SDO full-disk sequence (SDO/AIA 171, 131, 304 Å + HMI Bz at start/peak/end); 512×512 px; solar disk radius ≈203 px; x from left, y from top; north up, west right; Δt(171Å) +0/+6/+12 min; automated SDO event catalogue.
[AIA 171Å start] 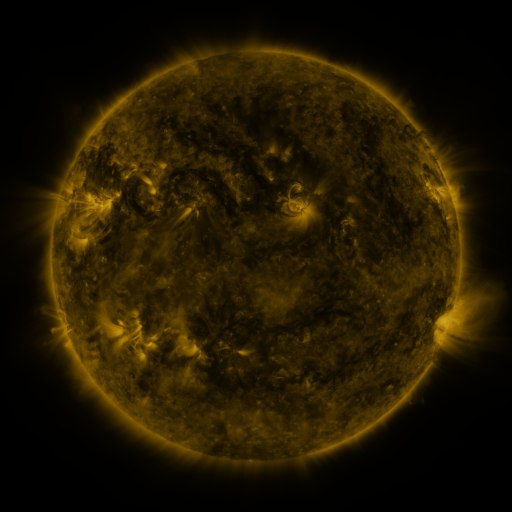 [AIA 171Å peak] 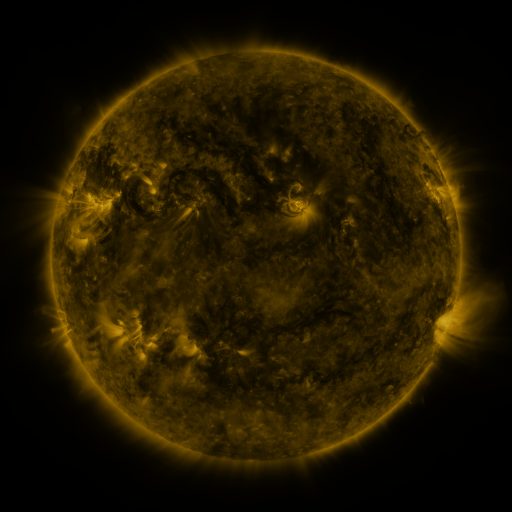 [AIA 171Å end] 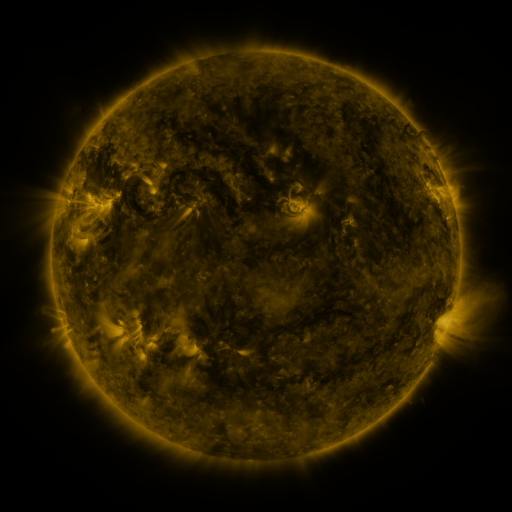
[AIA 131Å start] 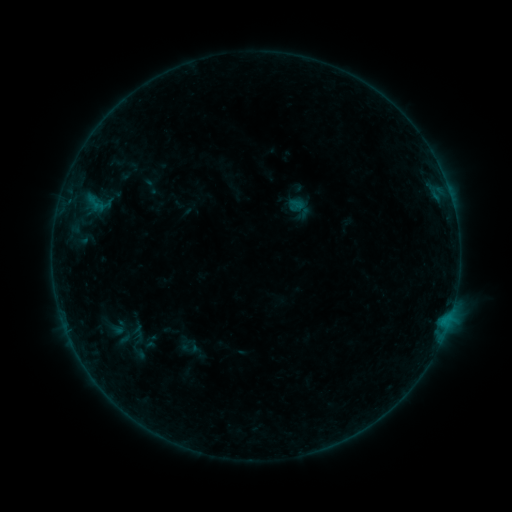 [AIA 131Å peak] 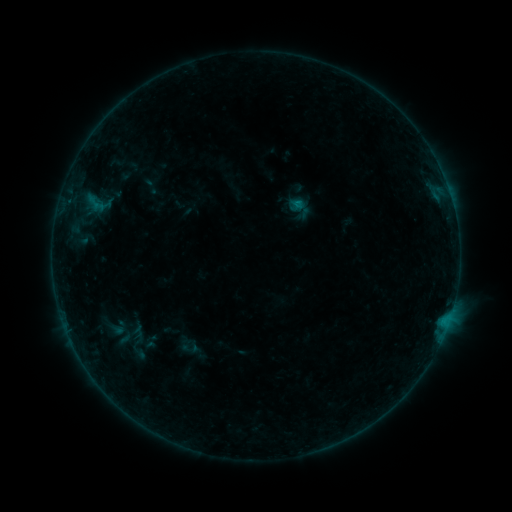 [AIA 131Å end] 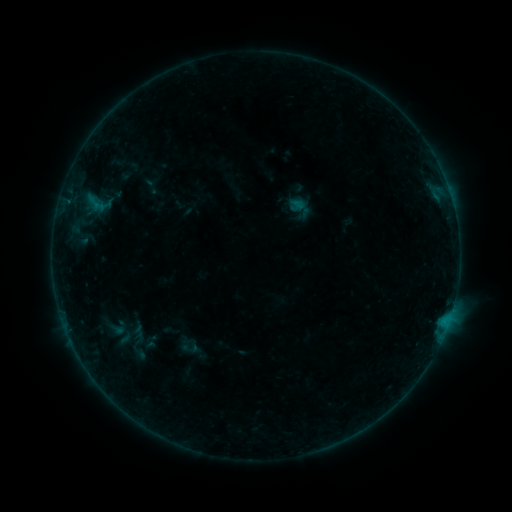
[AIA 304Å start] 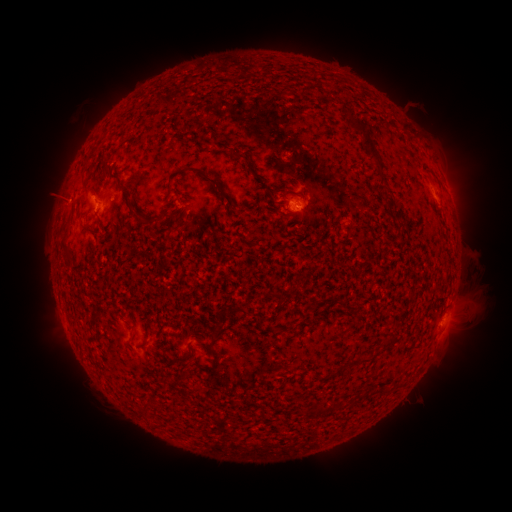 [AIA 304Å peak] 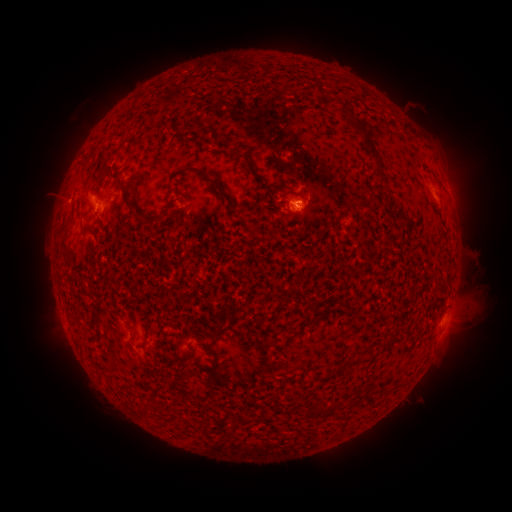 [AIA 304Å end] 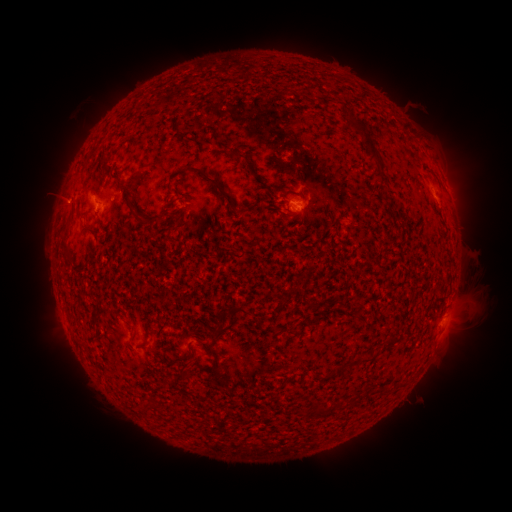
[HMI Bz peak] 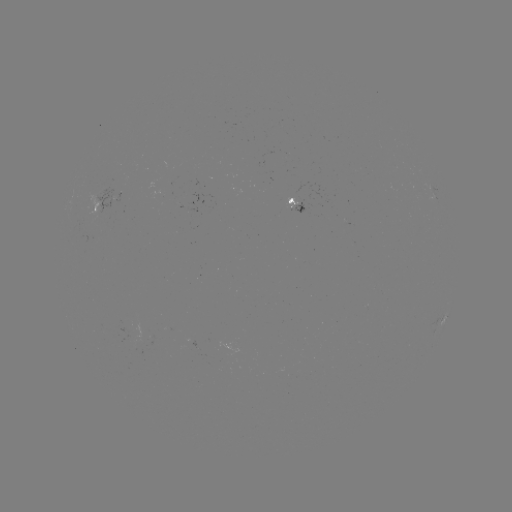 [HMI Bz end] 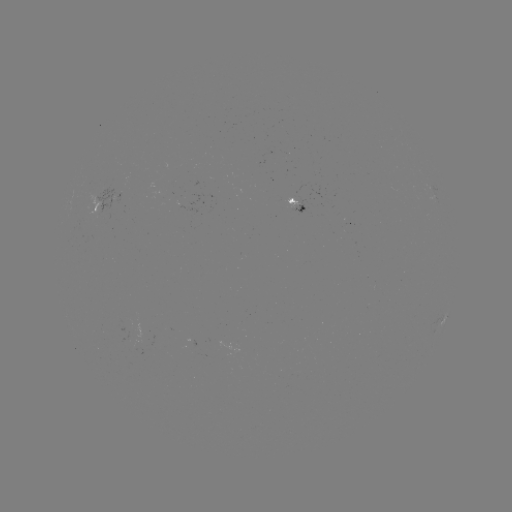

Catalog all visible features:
B2.3 flare: (296, 205)
